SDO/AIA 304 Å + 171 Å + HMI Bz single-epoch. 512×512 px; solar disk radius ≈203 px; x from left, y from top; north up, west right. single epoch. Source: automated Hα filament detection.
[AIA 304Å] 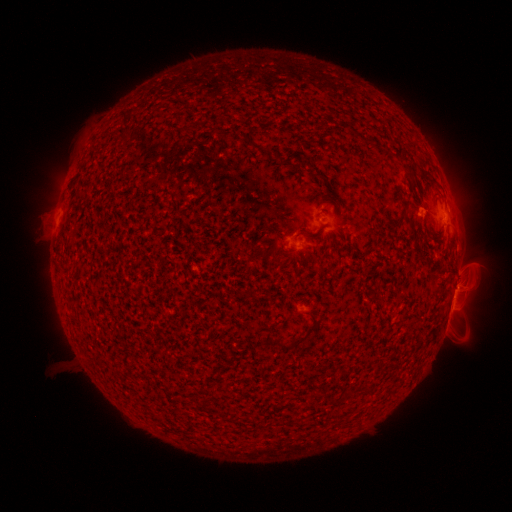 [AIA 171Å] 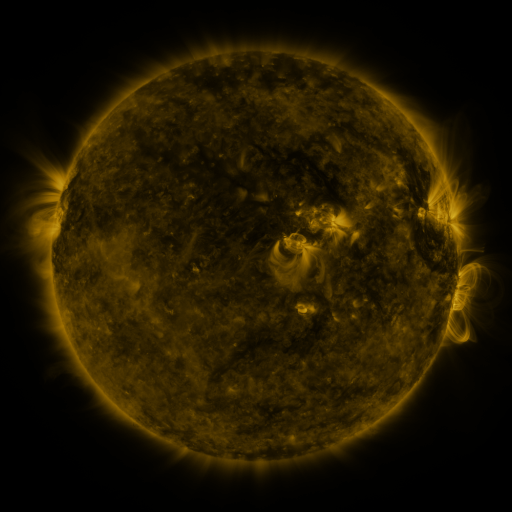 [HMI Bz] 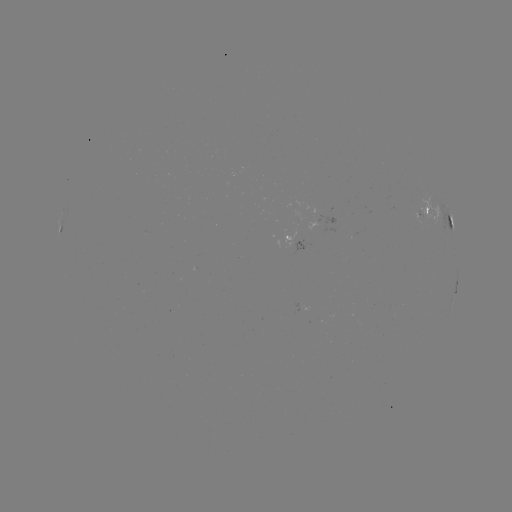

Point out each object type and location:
filament: (136, 106)
filament: (298, 340)
filament: (278, 344)
